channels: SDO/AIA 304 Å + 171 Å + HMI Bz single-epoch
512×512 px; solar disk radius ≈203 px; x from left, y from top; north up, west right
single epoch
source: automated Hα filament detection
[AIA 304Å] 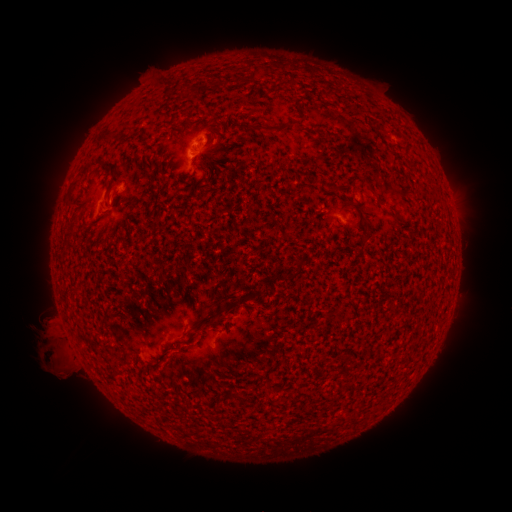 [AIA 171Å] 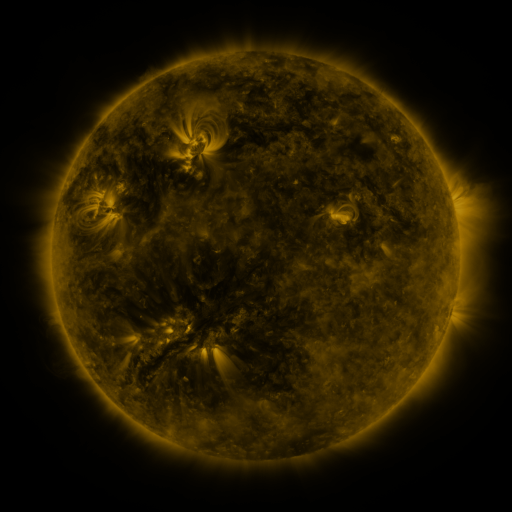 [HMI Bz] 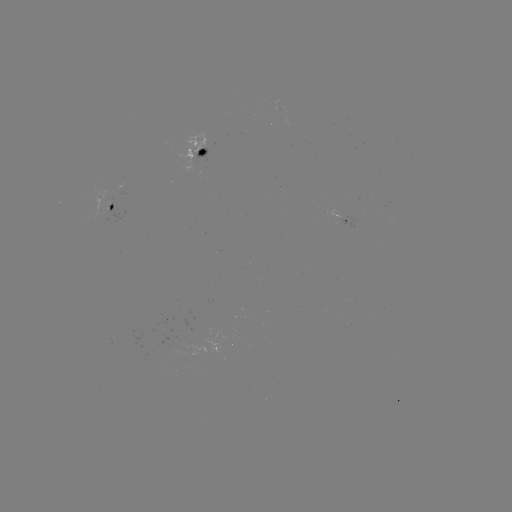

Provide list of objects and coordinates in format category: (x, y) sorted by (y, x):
filament: (254, 74)
filament: (105, 139)
filament: (109, 165)
filament: (84, 171)
filament: (114, 179)
filament: (395, 212)
filament: (367, 237)
filament: (291, 394)
